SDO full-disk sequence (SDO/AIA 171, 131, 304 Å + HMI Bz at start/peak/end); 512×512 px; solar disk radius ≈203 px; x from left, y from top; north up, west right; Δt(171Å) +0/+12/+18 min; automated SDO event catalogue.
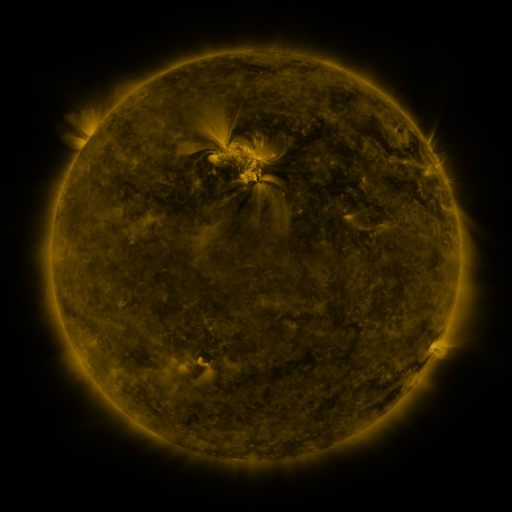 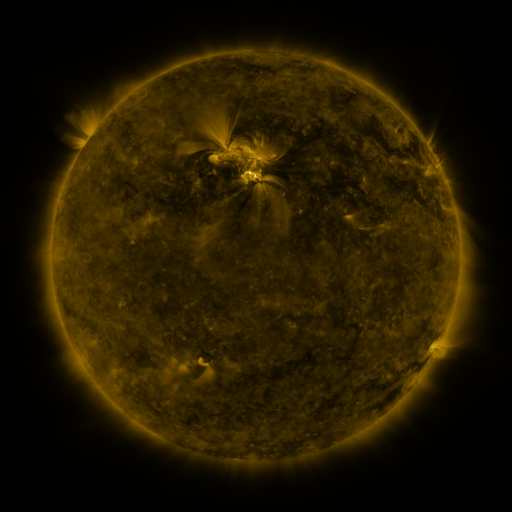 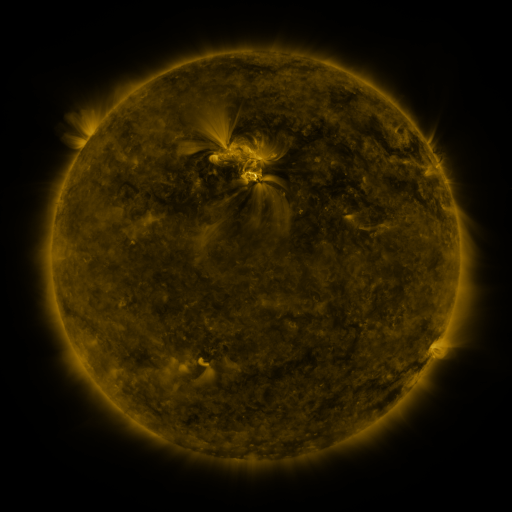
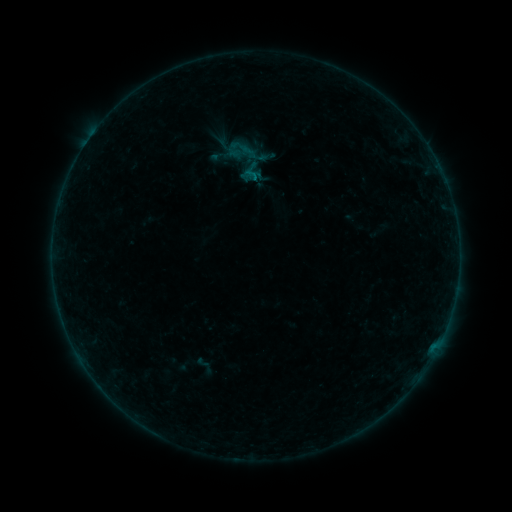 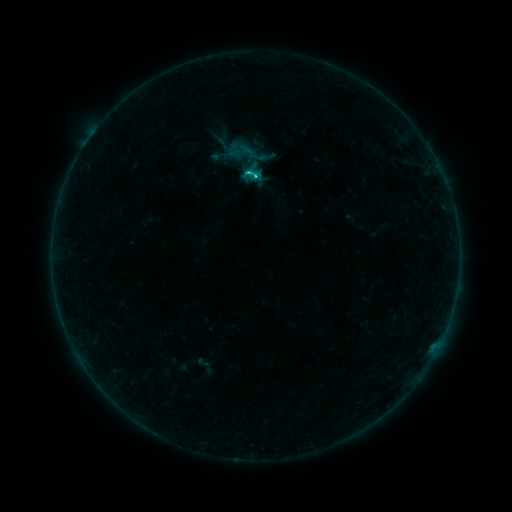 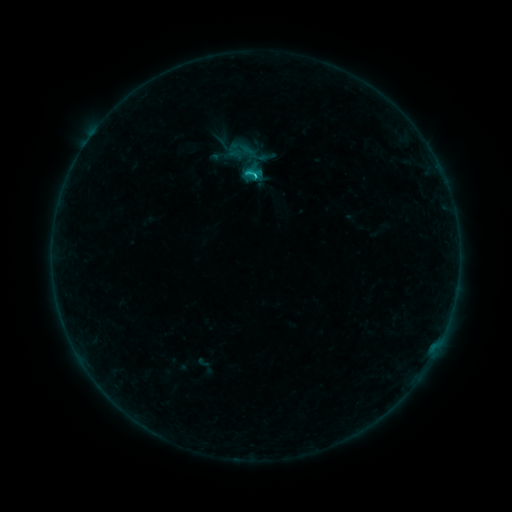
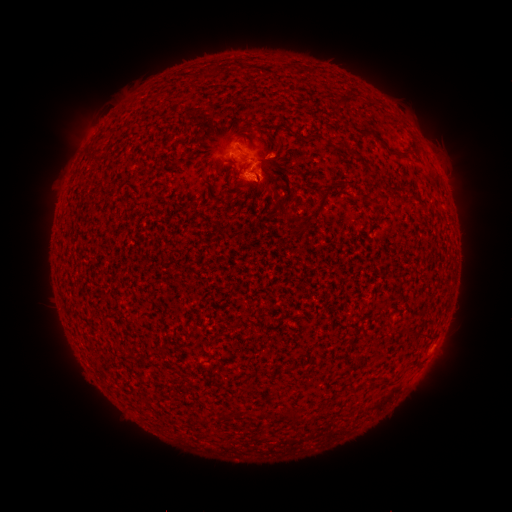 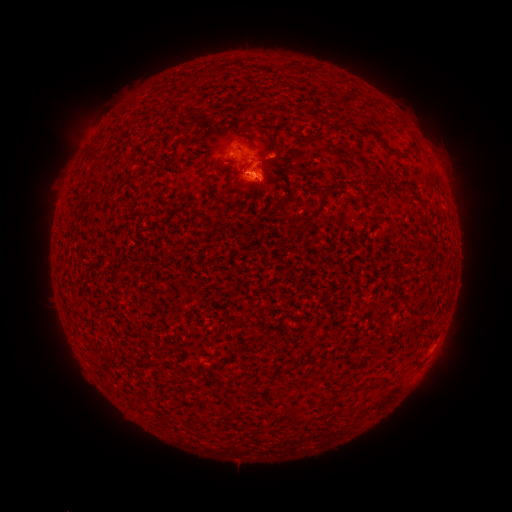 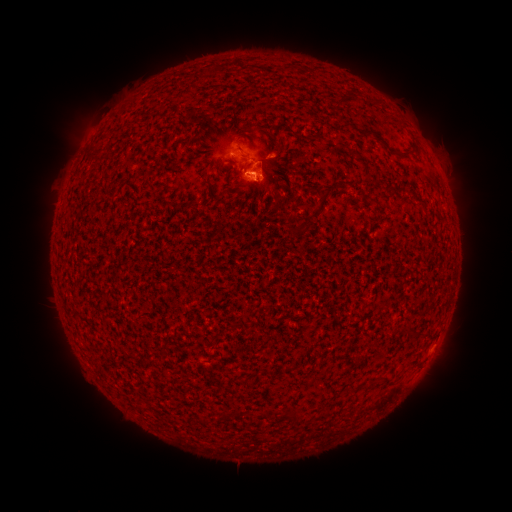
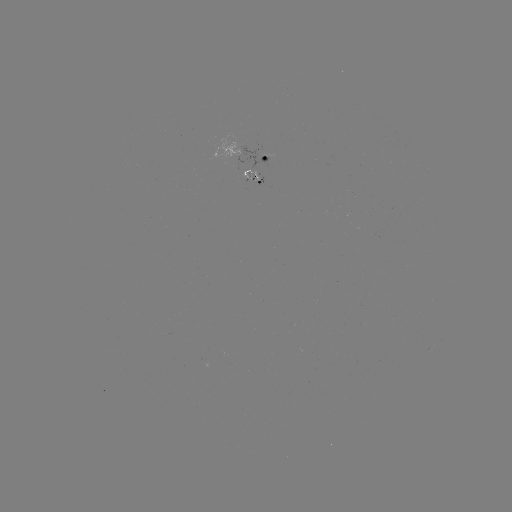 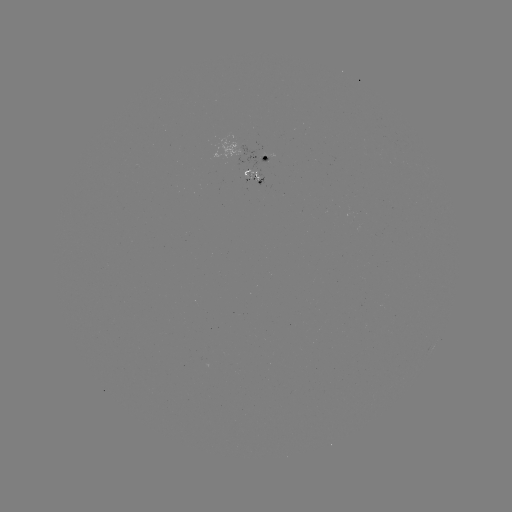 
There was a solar flare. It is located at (256, 175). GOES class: C1.4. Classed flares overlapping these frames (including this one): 1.